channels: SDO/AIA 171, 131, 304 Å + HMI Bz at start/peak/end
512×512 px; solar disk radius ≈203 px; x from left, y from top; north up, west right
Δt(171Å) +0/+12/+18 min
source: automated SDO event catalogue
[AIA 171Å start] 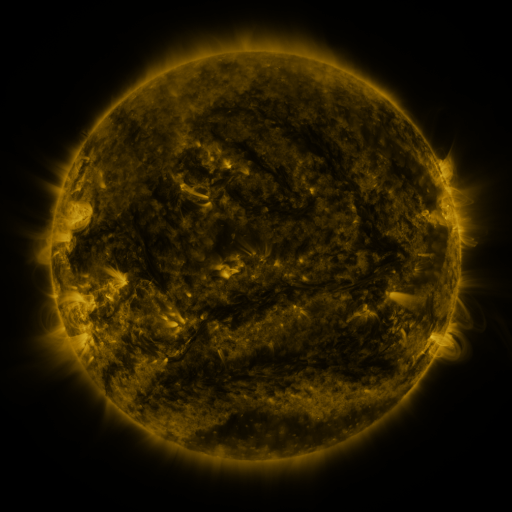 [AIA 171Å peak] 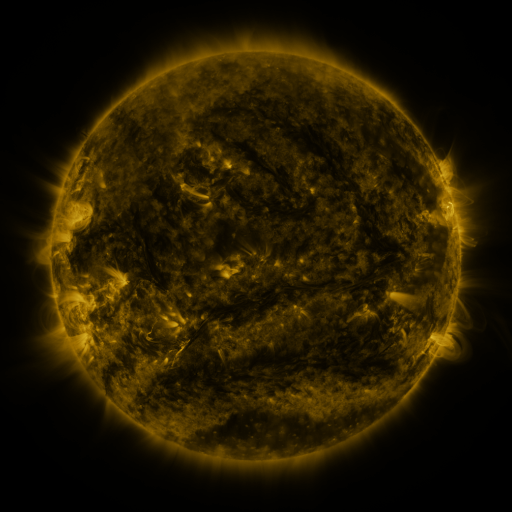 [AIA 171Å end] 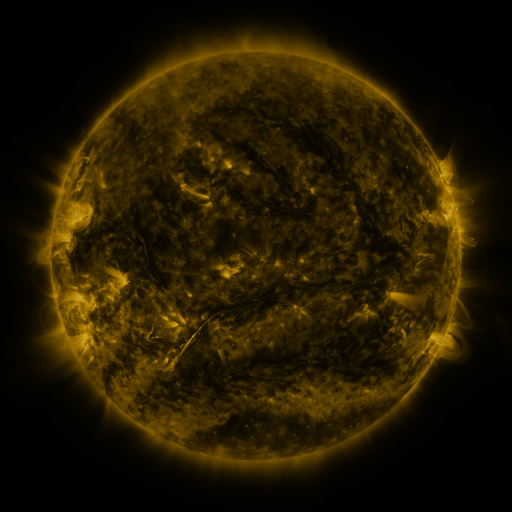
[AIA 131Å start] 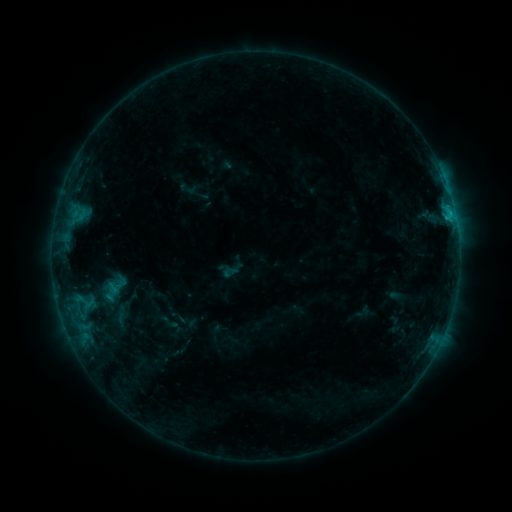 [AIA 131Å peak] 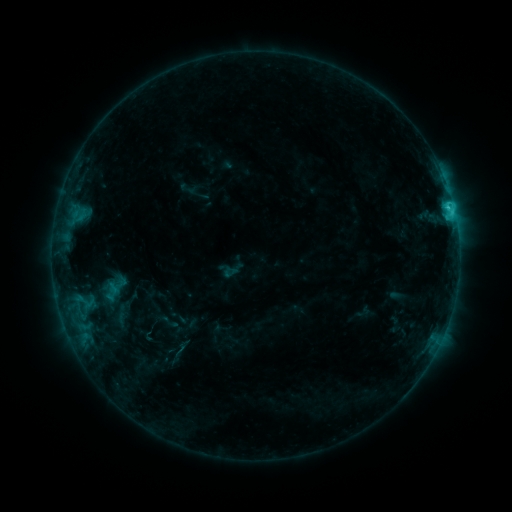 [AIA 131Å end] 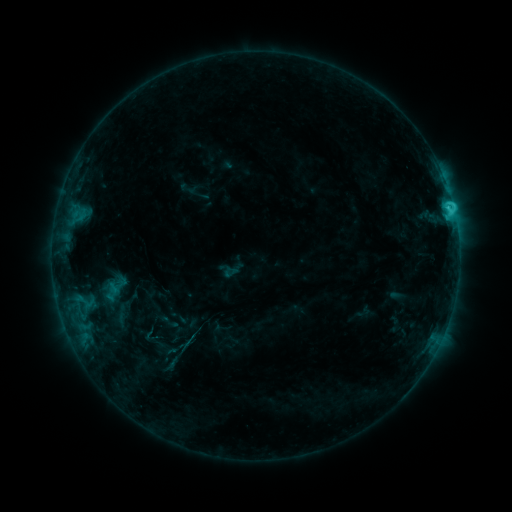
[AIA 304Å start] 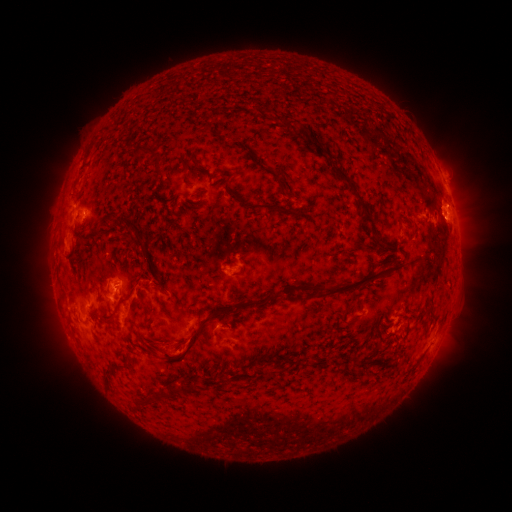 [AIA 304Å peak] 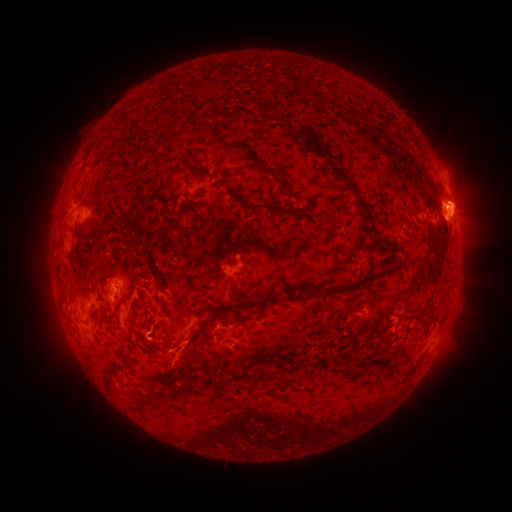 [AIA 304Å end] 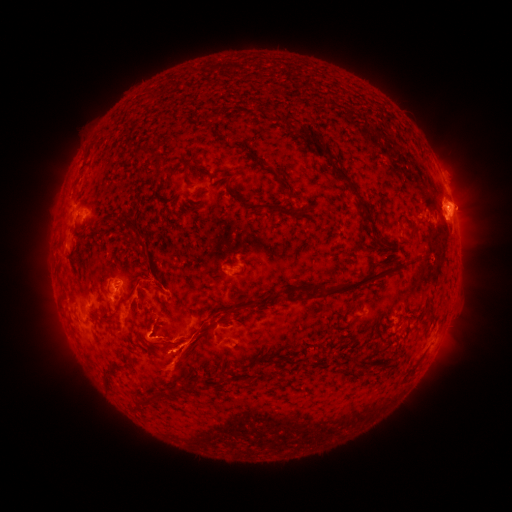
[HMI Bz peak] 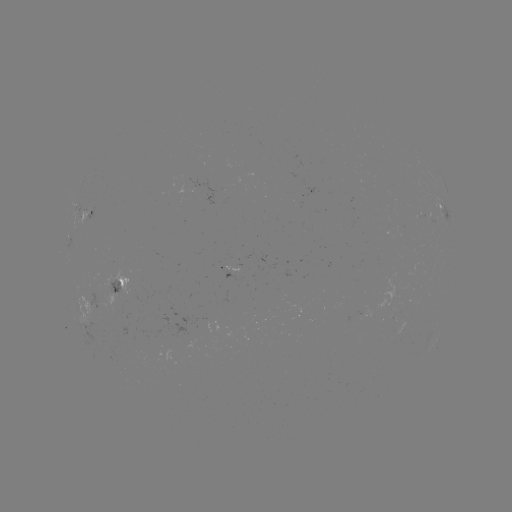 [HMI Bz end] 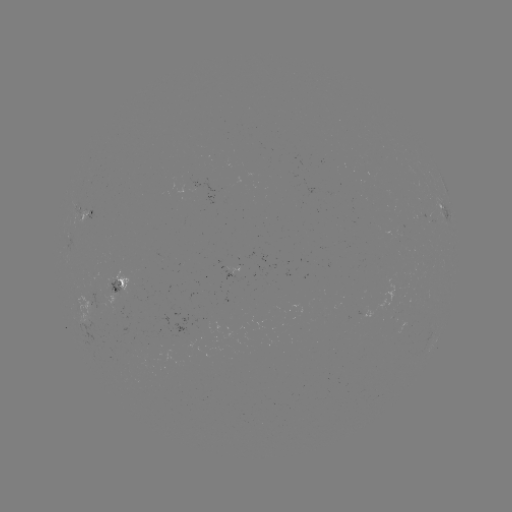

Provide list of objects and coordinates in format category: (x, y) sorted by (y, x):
eruption: (464, 205)
